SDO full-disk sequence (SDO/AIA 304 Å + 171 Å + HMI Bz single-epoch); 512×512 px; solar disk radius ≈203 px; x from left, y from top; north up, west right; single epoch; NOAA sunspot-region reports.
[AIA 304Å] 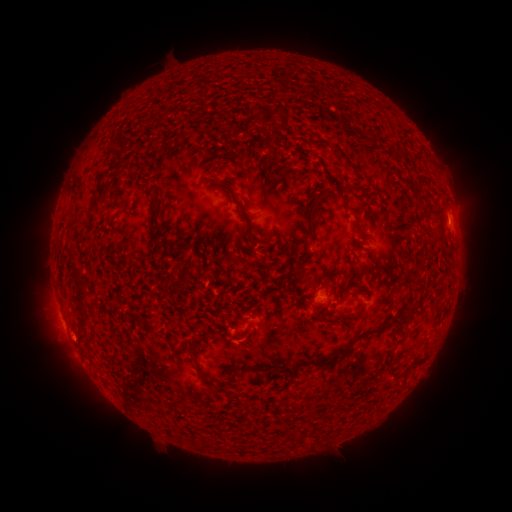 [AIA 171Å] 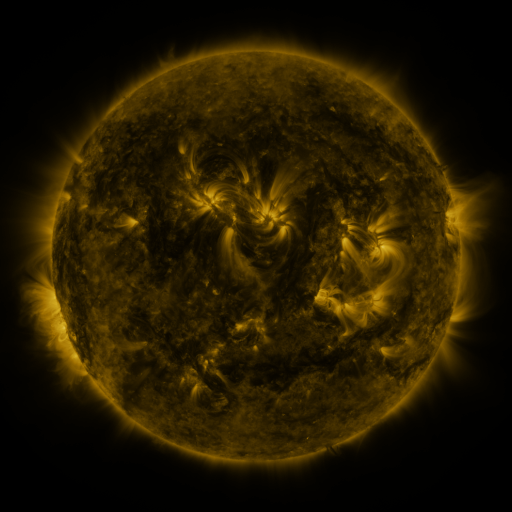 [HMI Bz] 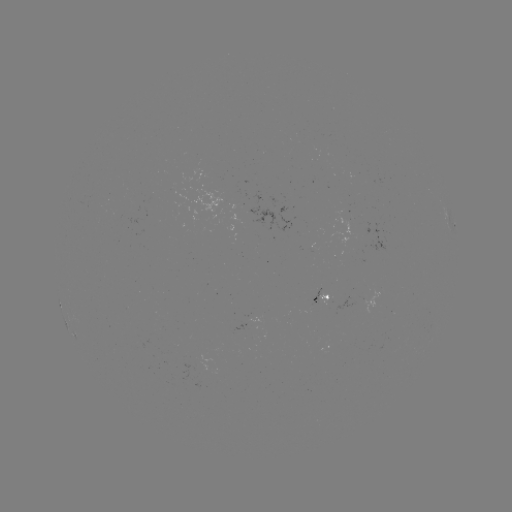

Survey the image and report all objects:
spotted active region: (452, 224)
spotted active region: (321, 297)
